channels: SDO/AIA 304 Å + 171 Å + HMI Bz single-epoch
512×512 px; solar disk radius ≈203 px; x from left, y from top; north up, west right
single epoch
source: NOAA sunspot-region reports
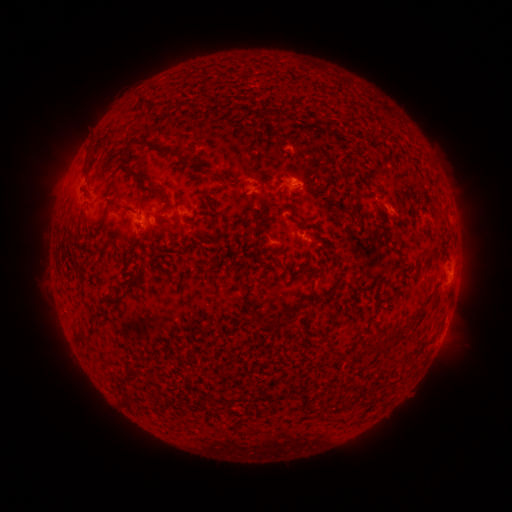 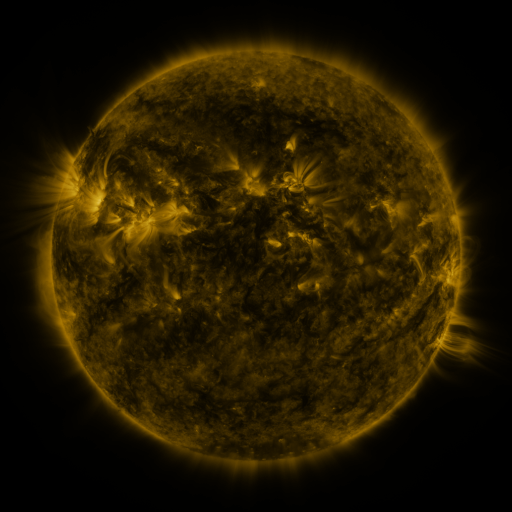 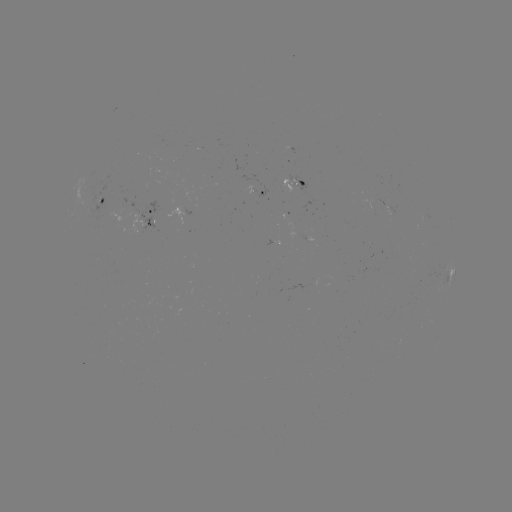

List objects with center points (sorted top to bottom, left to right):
spotted active region: (293, 182)
spotted active region: (256, 192)
spotted active region: (105, 197)
spotted active region: (154, 216)
spotted active region: (305, 241)
spotted active region: (273, 244)
spotted active region: (452, 270)
